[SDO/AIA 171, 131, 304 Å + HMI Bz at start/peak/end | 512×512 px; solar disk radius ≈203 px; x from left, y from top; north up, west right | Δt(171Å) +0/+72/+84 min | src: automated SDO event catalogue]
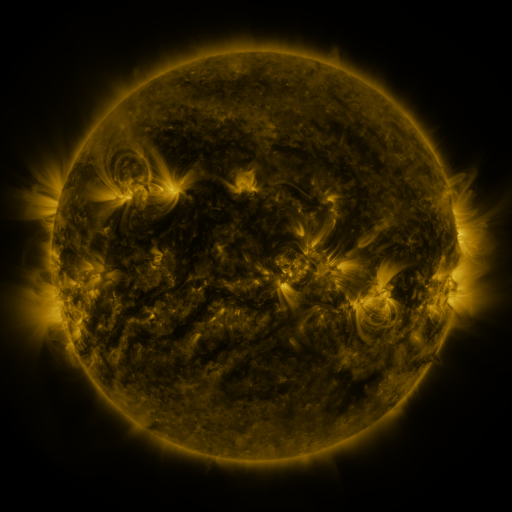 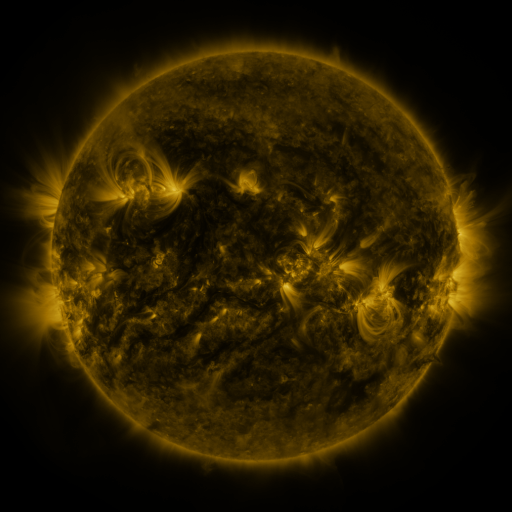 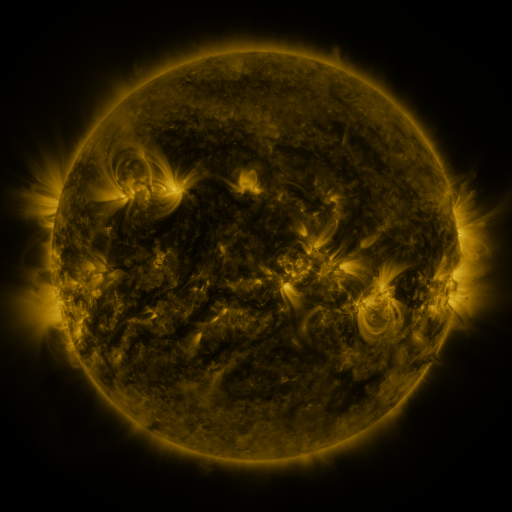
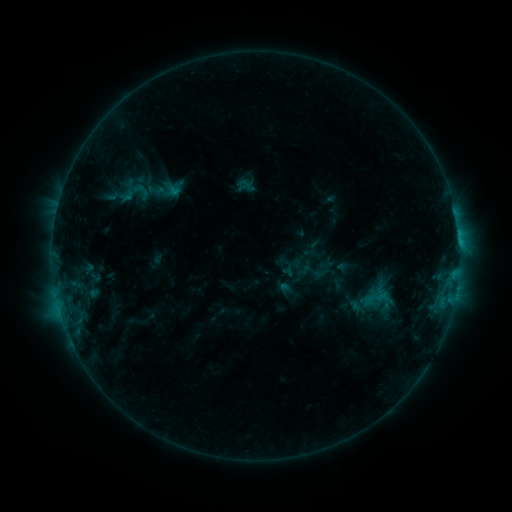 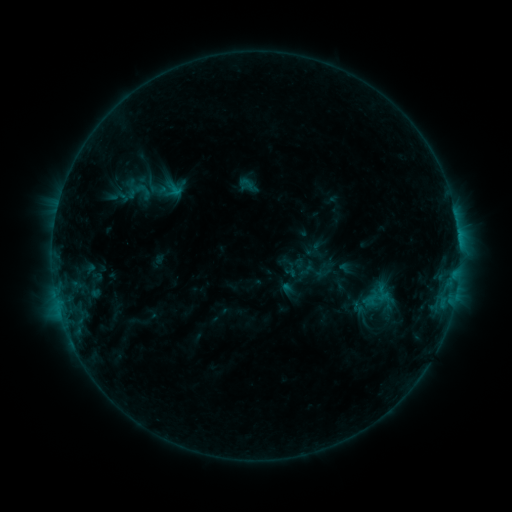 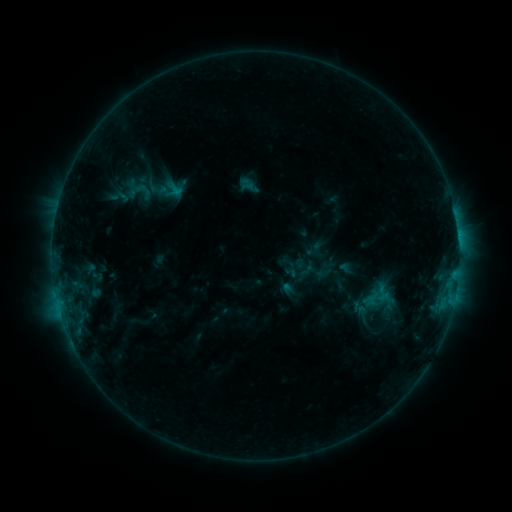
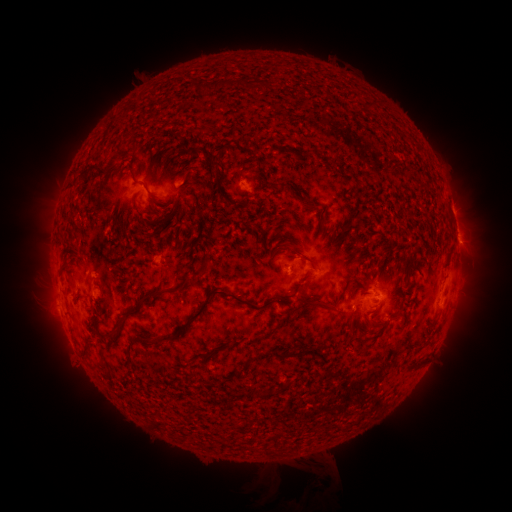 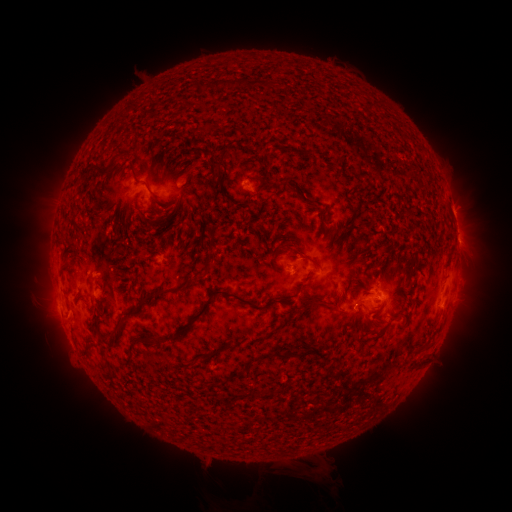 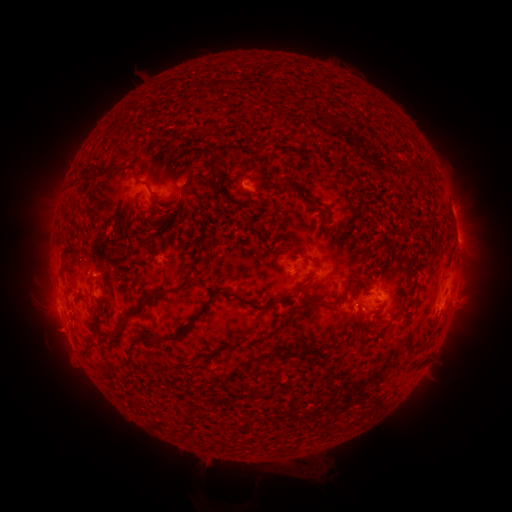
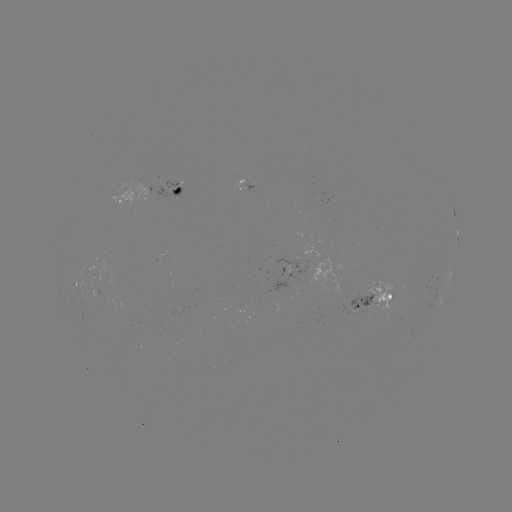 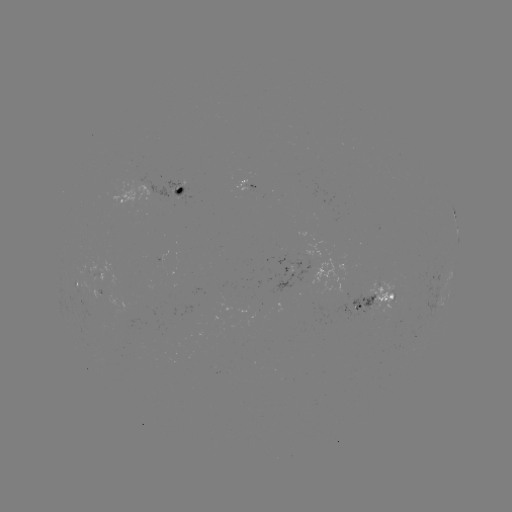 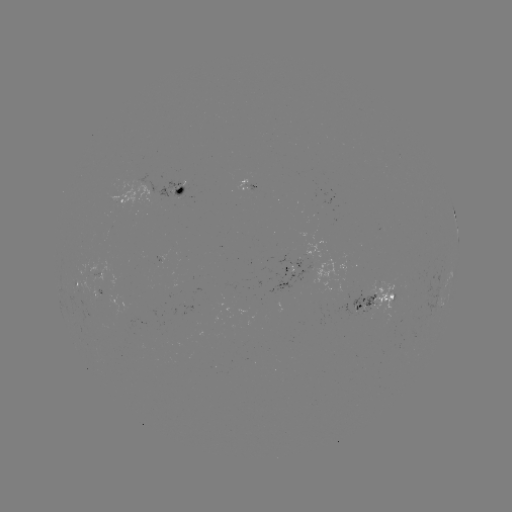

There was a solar emerging-flux region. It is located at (91, 275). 